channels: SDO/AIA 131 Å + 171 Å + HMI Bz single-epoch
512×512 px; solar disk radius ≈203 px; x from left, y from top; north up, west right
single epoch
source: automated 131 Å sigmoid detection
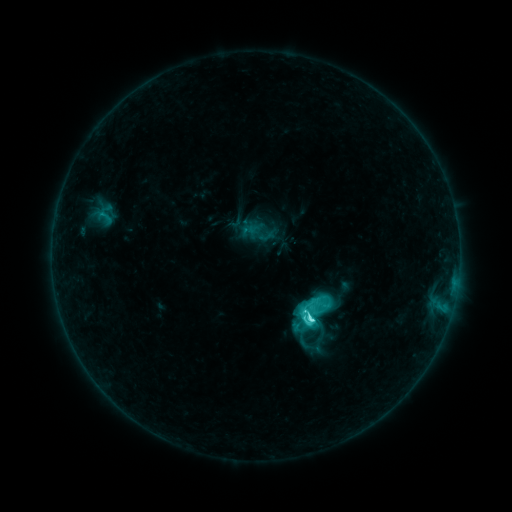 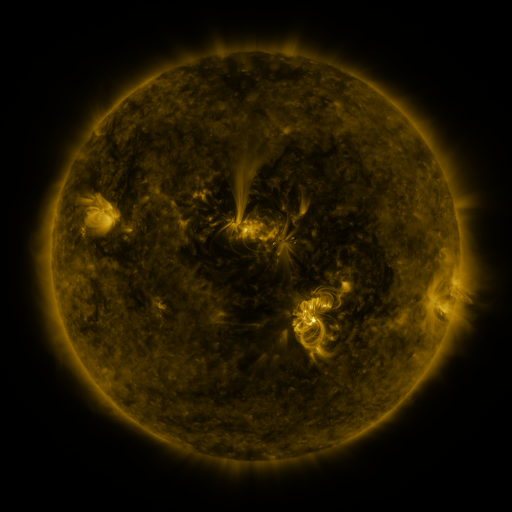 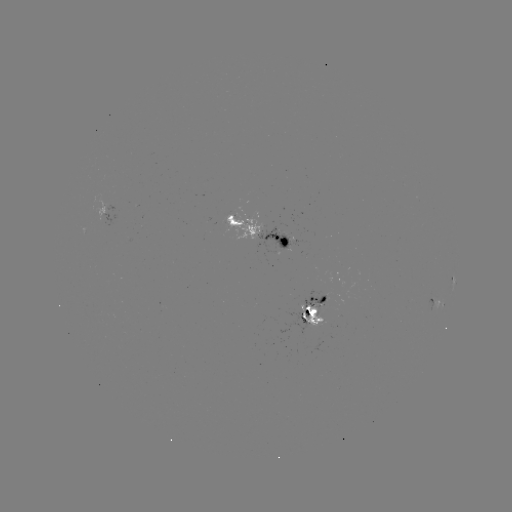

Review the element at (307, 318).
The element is sigmoid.